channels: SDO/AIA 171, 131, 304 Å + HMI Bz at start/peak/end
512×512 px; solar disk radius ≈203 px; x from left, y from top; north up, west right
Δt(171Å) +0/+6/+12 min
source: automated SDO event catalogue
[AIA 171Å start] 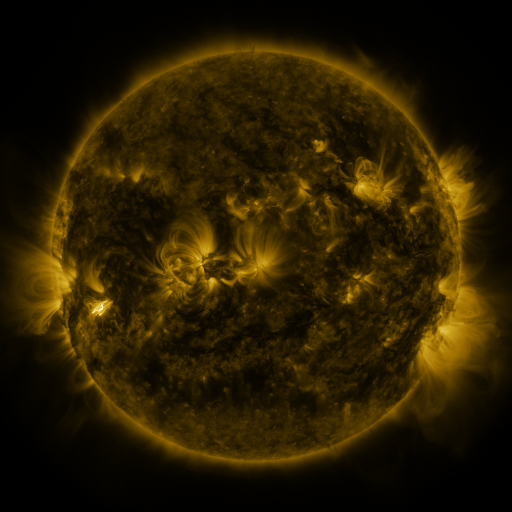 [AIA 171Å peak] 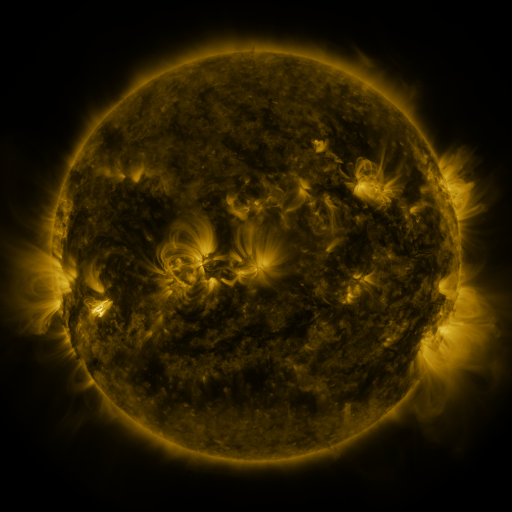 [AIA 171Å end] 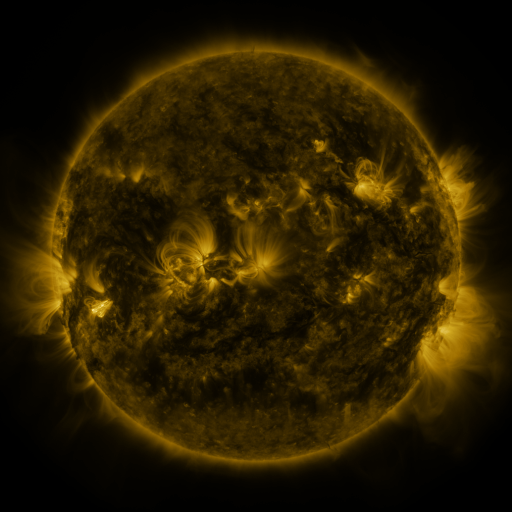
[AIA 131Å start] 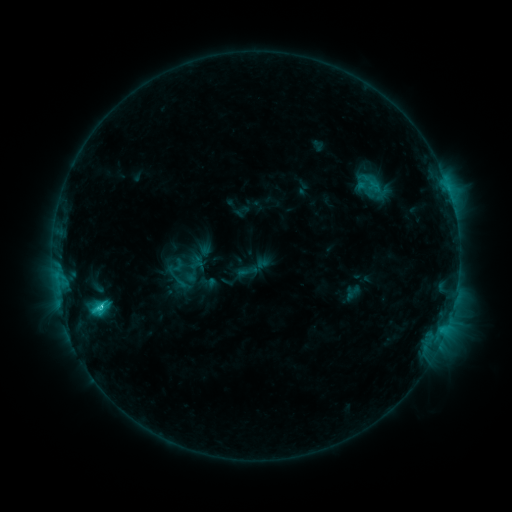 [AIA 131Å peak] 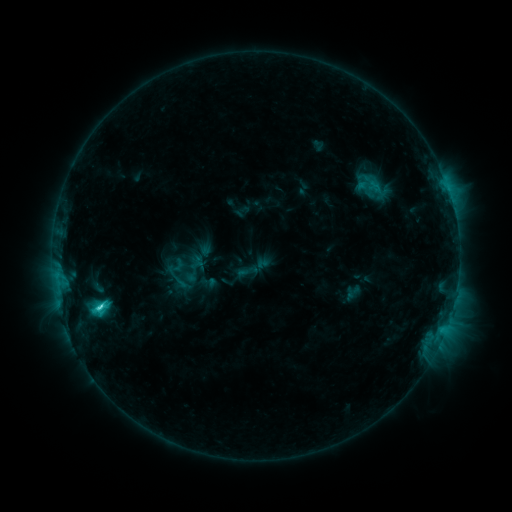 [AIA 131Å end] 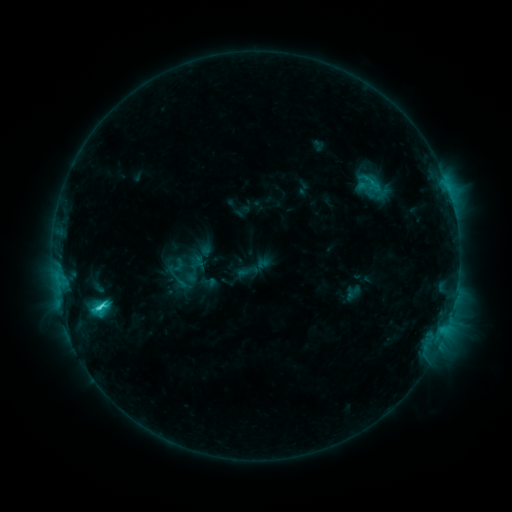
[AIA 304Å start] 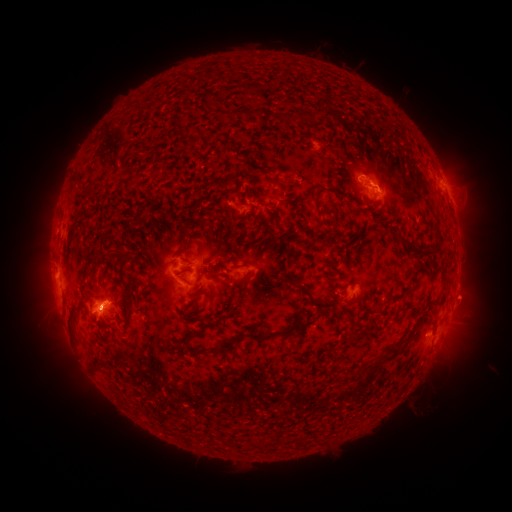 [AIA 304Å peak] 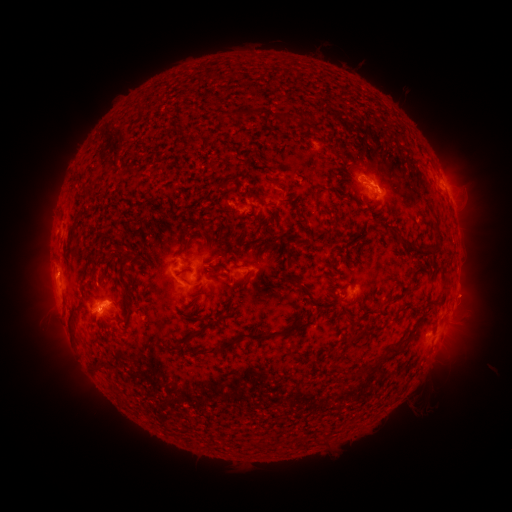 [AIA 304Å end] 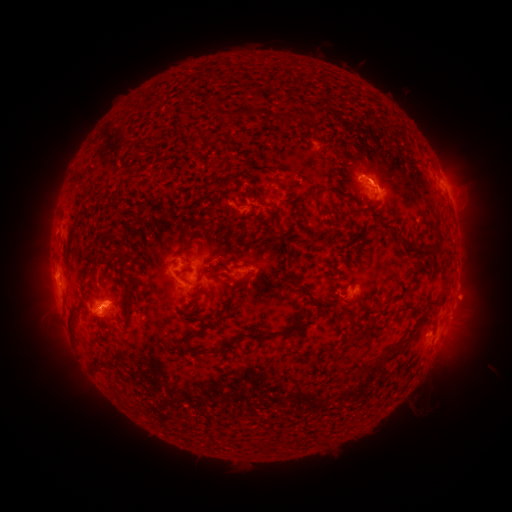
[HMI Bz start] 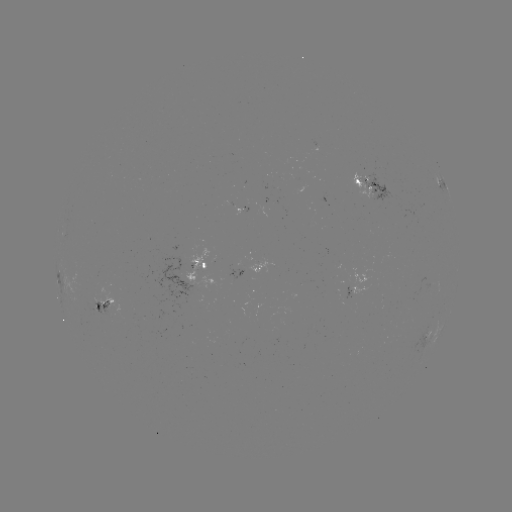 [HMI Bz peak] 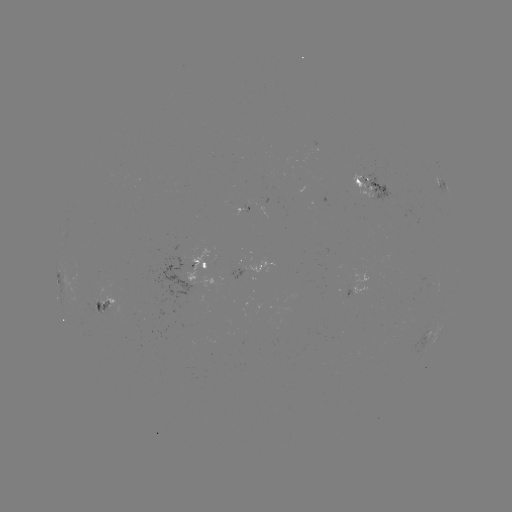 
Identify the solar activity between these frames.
C2.6 flare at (102, 307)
